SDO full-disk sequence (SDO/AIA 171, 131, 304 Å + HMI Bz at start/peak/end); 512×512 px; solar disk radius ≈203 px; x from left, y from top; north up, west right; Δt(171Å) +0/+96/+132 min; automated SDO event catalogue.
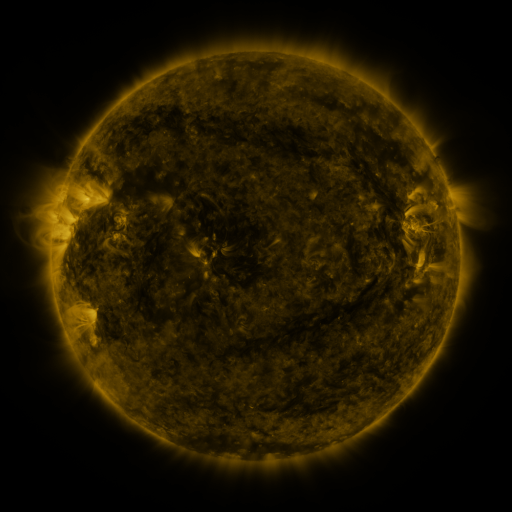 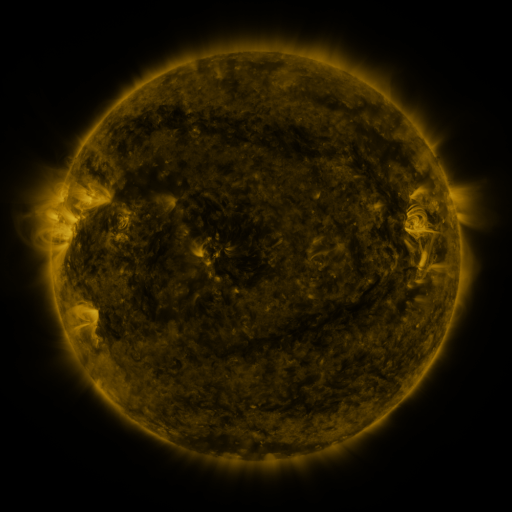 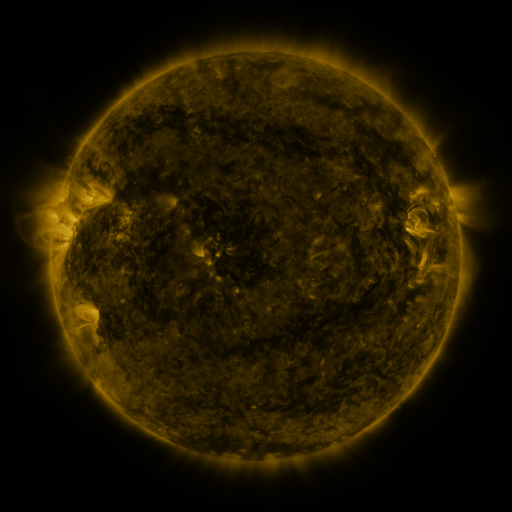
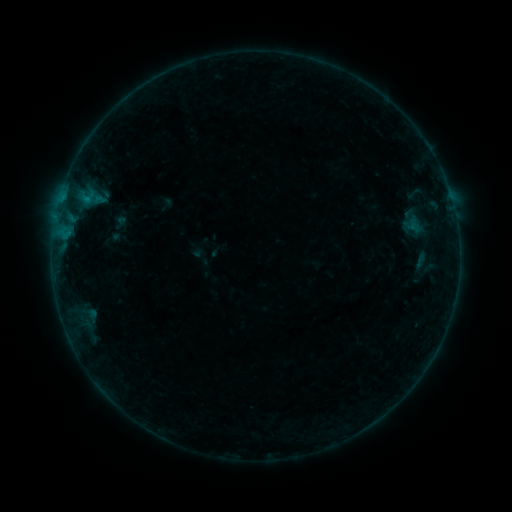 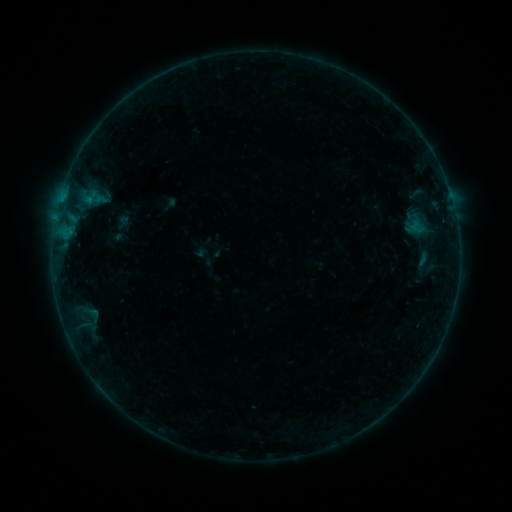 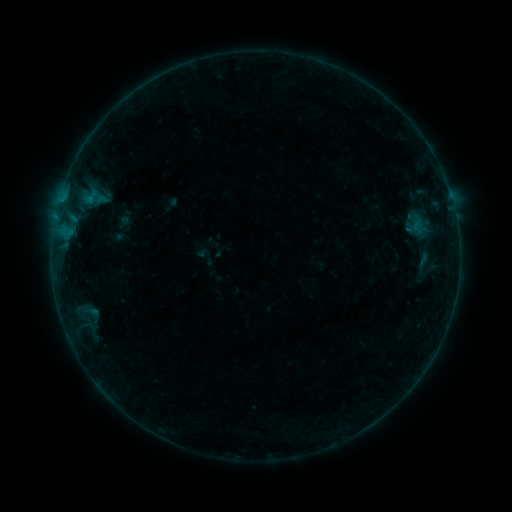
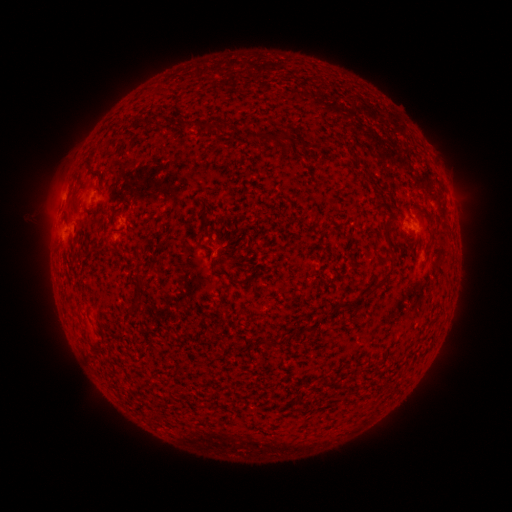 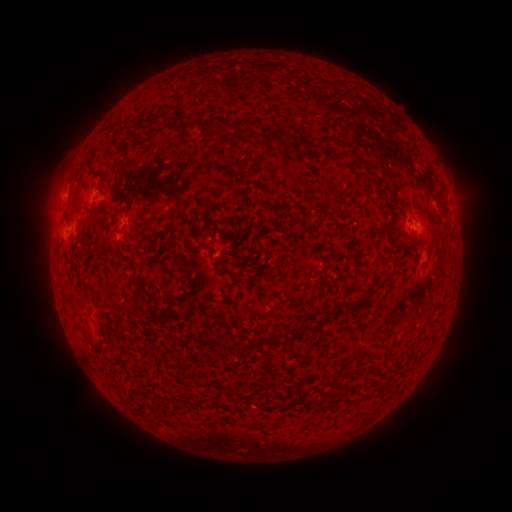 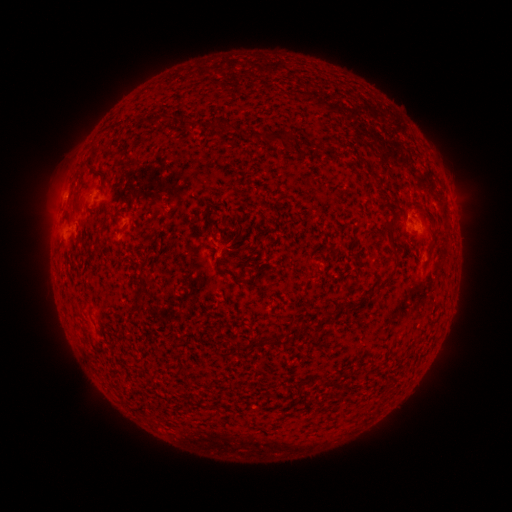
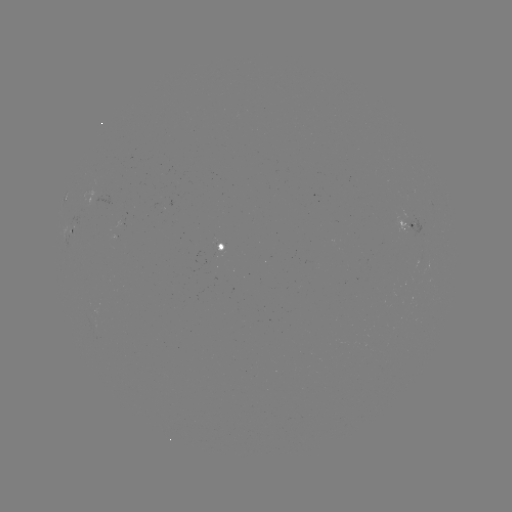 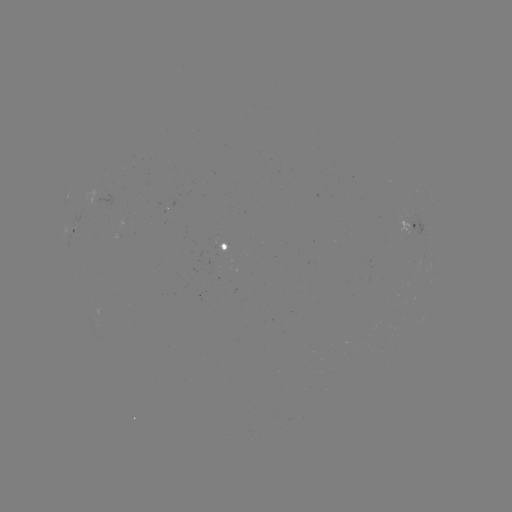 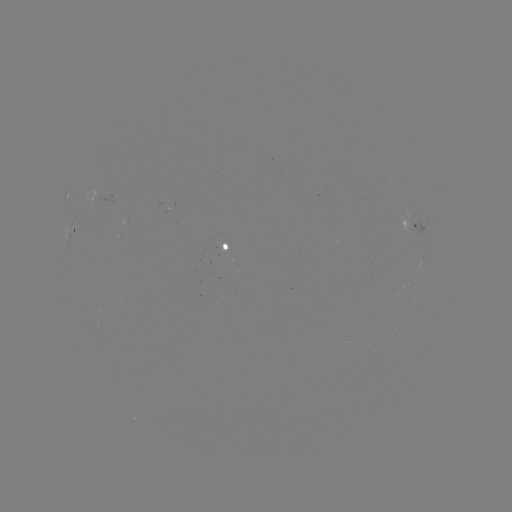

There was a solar emerging-flux region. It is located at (168, 172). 